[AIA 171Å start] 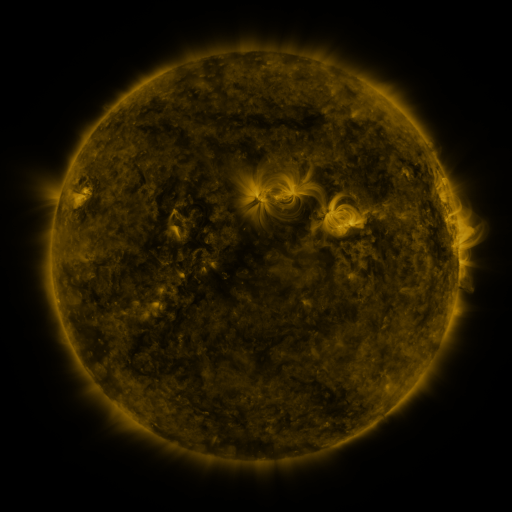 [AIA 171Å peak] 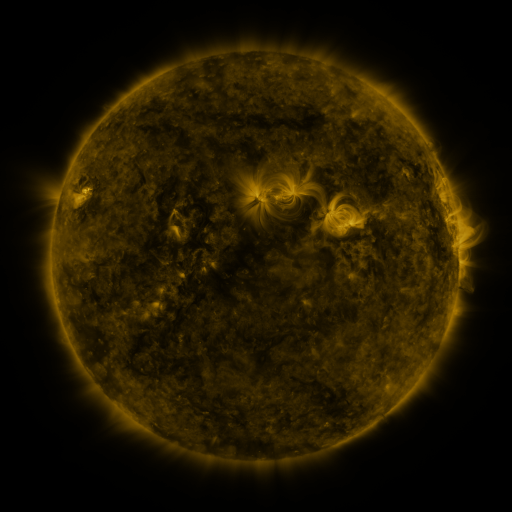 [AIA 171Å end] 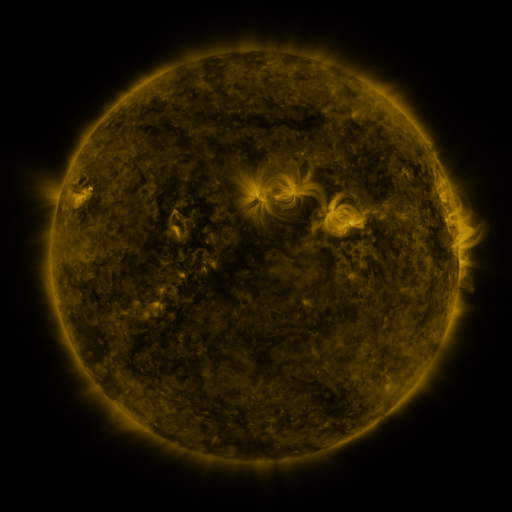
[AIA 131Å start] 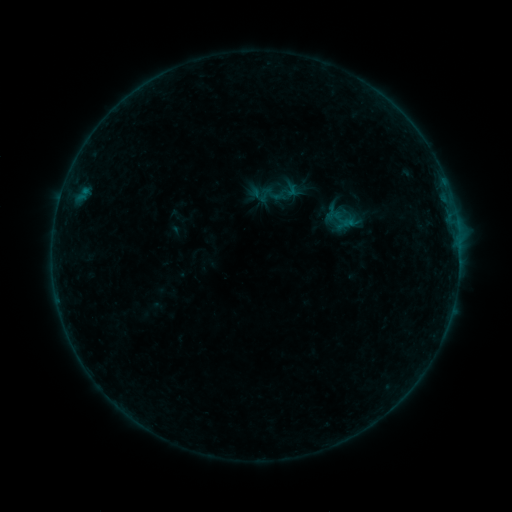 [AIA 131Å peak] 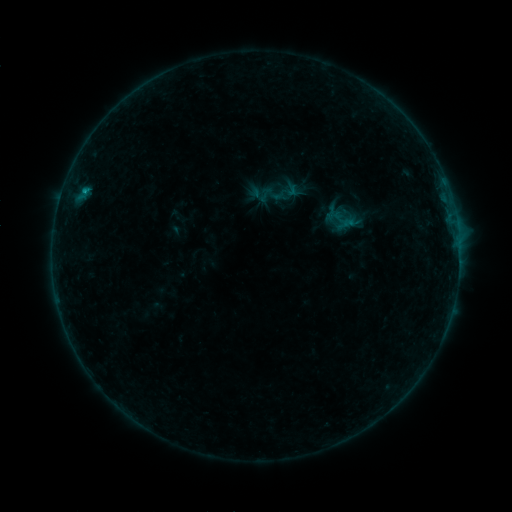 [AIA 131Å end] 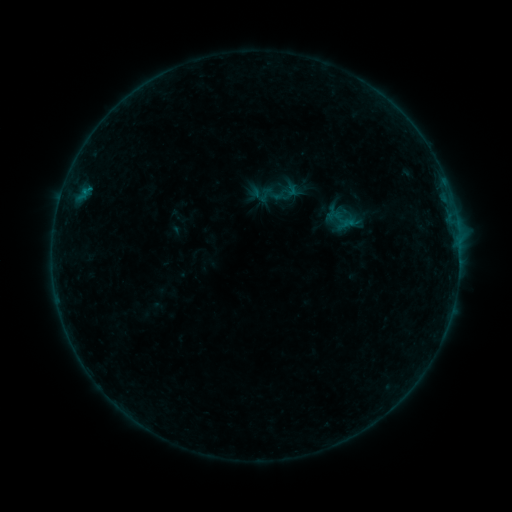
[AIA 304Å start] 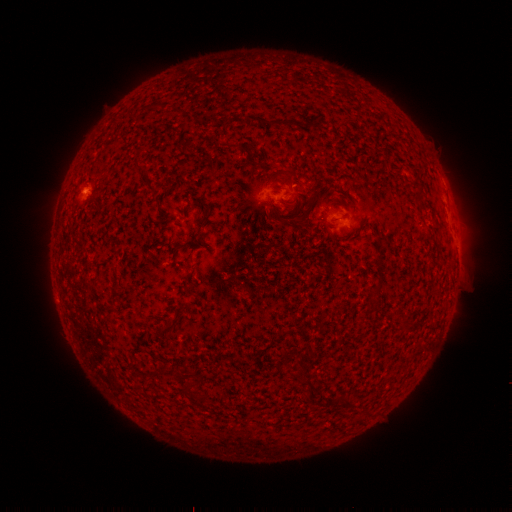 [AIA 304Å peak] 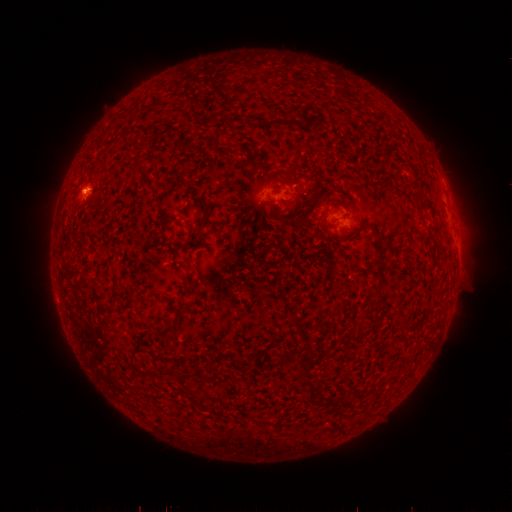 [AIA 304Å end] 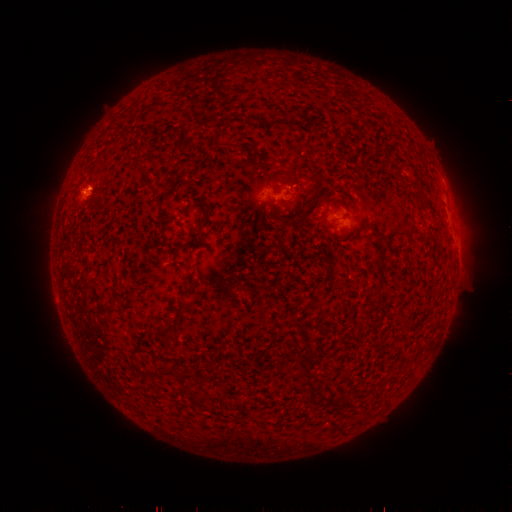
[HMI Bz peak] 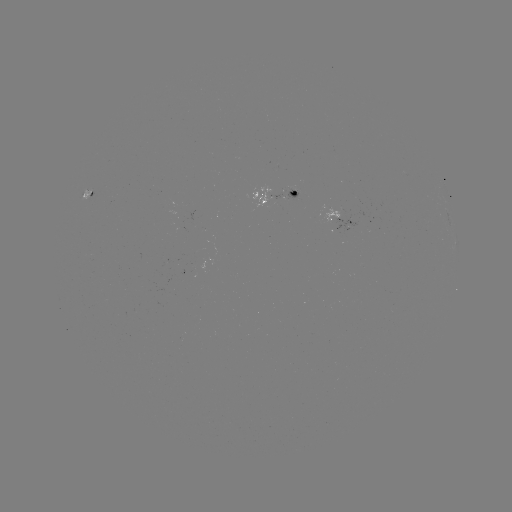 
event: flare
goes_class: B3.2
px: (84, 191)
